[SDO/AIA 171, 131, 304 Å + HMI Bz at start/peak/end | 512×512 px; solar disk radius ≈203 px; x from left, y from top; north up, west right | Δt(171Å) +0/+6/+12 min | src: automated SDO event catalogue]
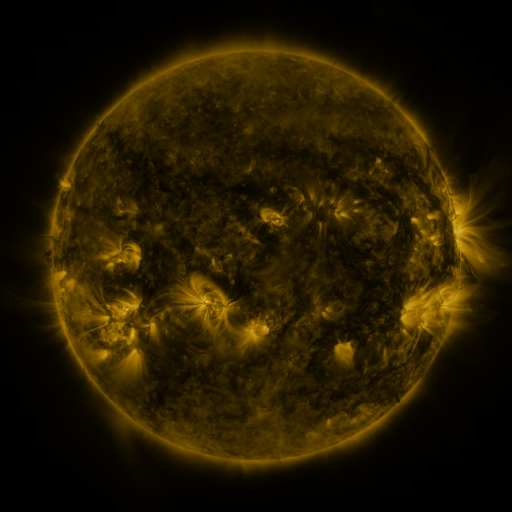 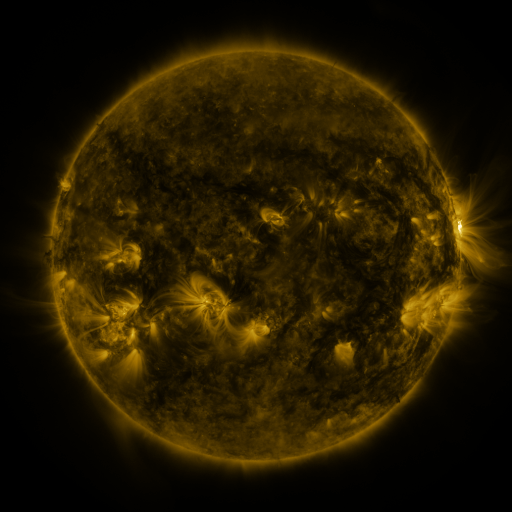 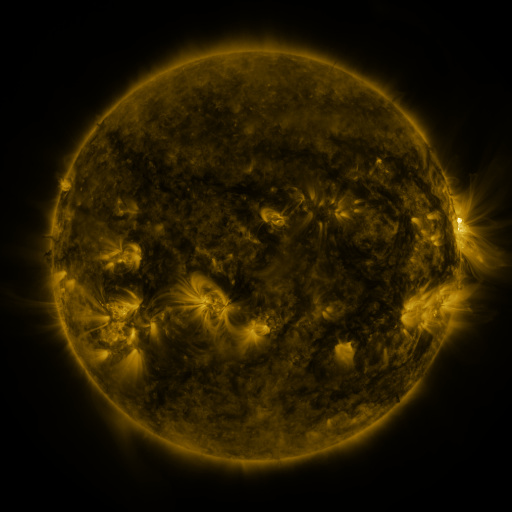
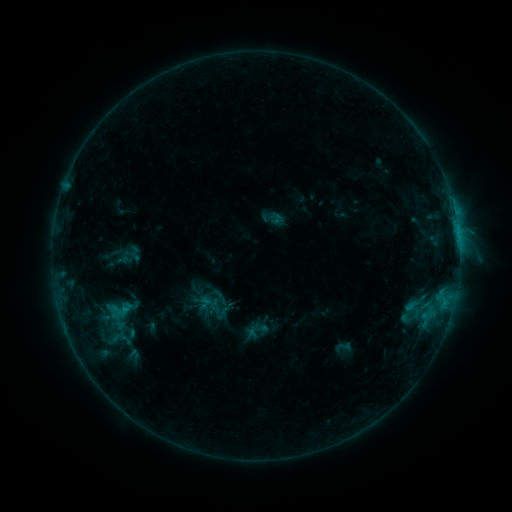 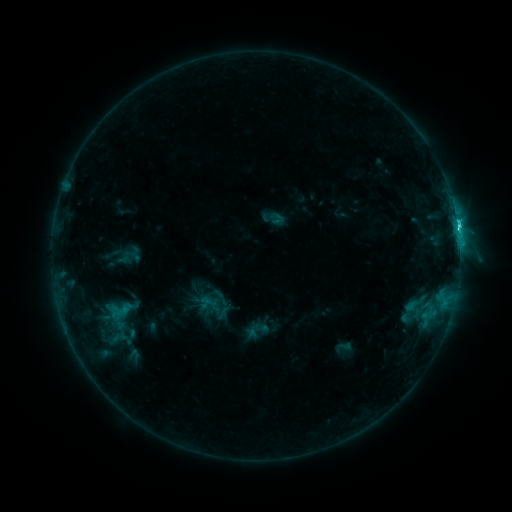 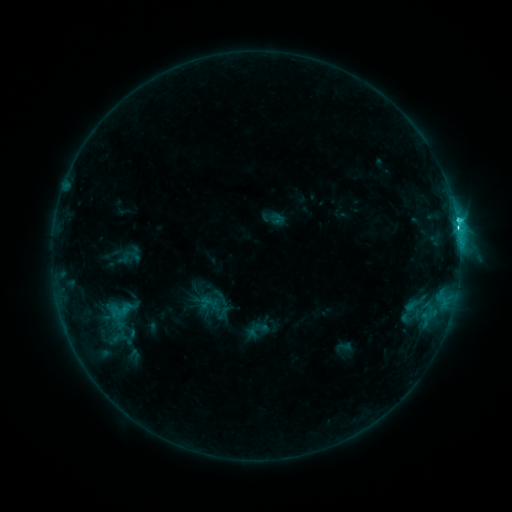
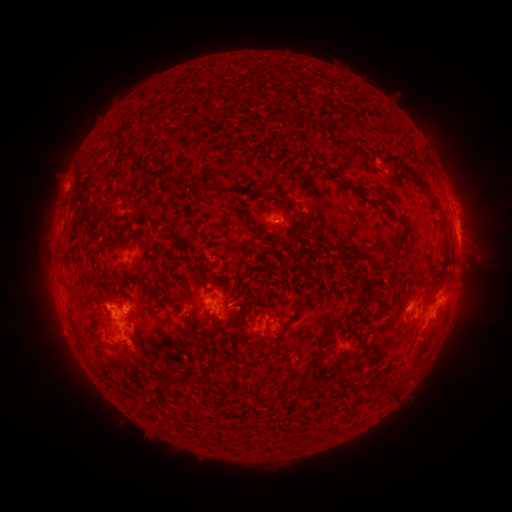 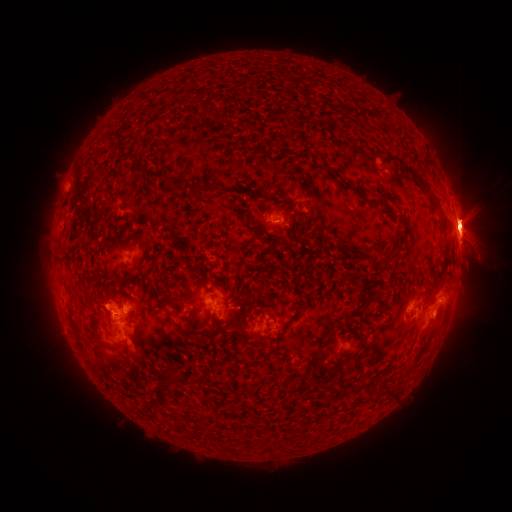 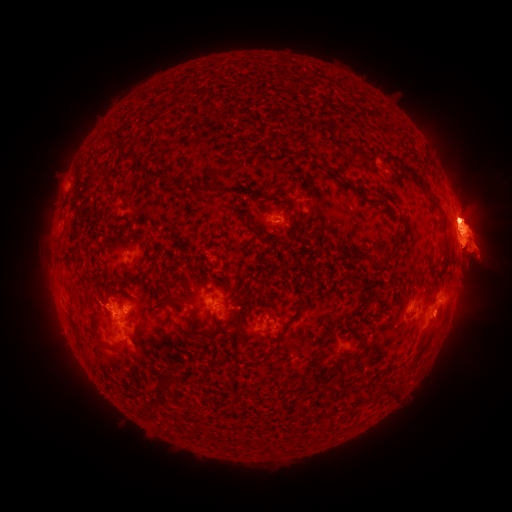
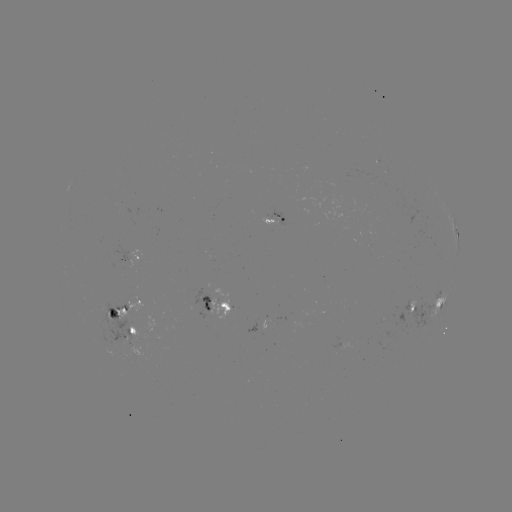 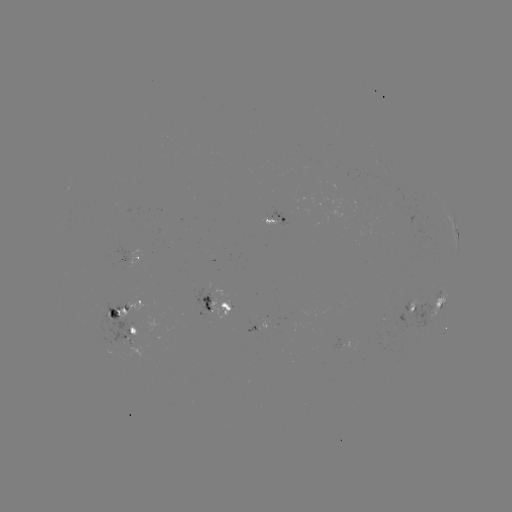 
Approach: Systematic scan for C9.3 flare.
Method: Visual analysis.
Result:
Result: C9.3 flare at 457,231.